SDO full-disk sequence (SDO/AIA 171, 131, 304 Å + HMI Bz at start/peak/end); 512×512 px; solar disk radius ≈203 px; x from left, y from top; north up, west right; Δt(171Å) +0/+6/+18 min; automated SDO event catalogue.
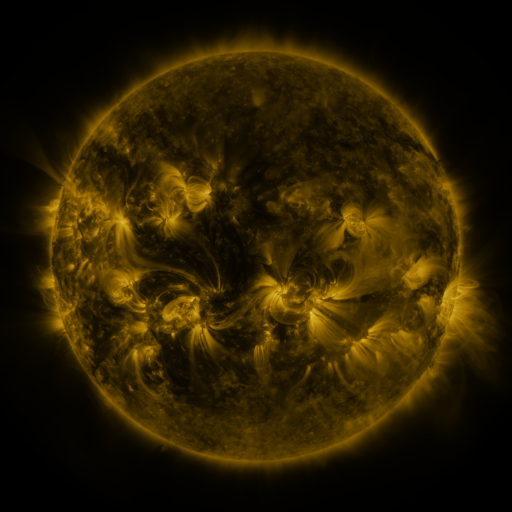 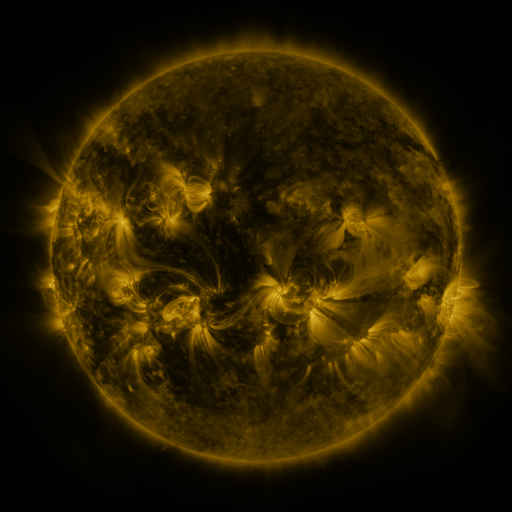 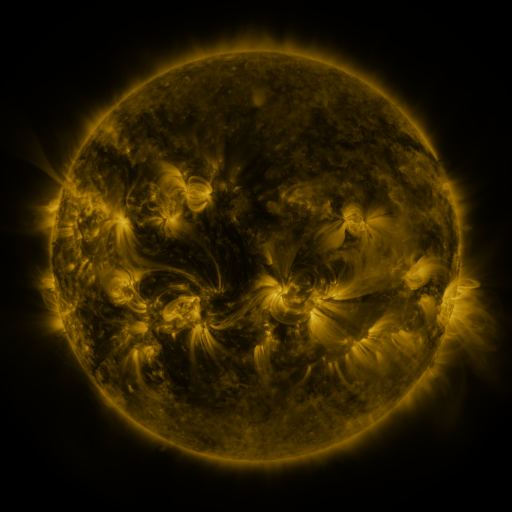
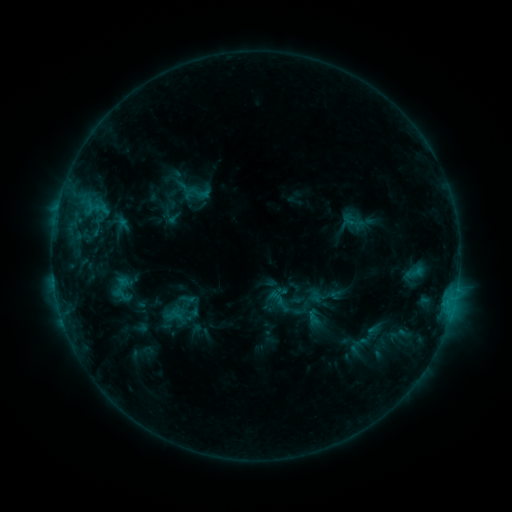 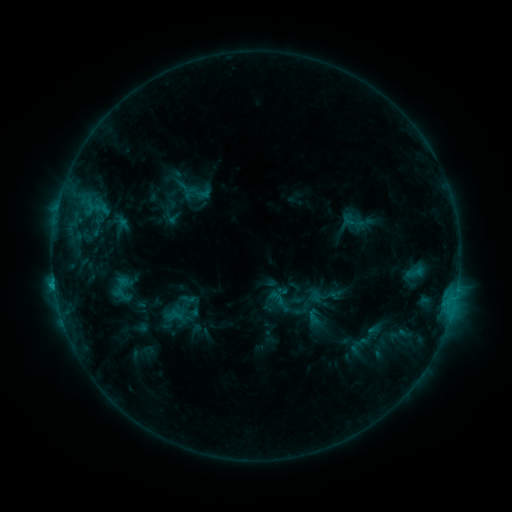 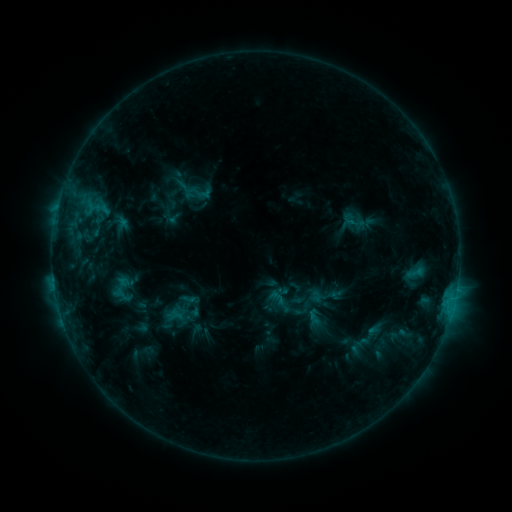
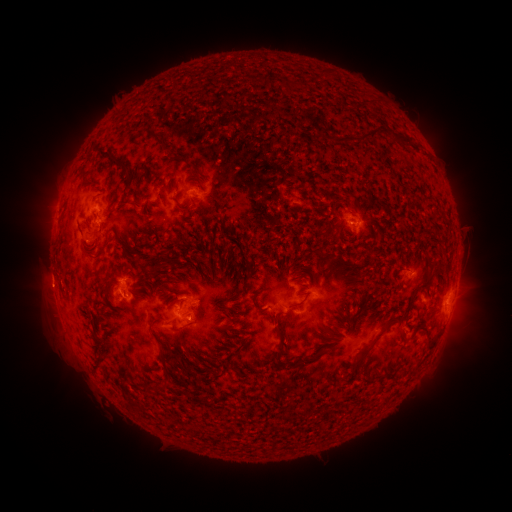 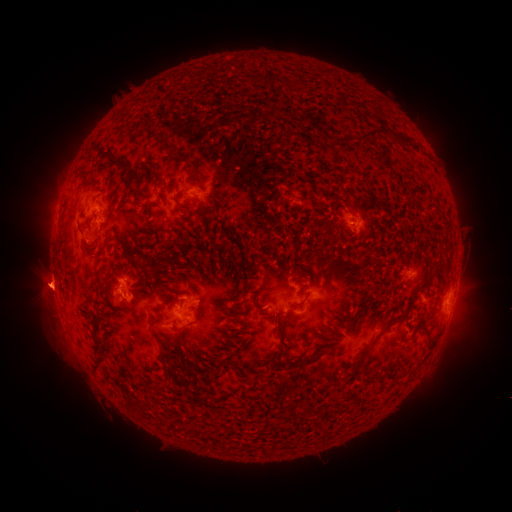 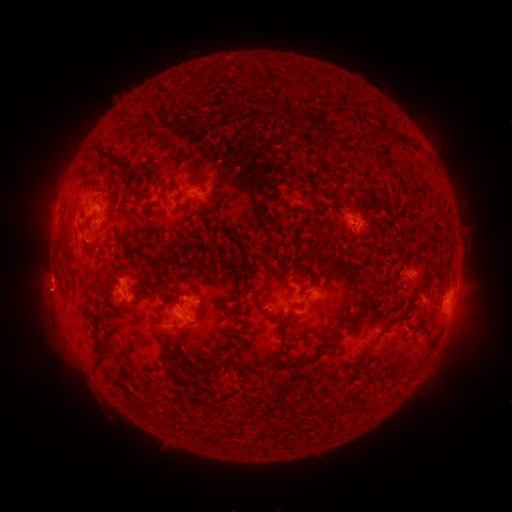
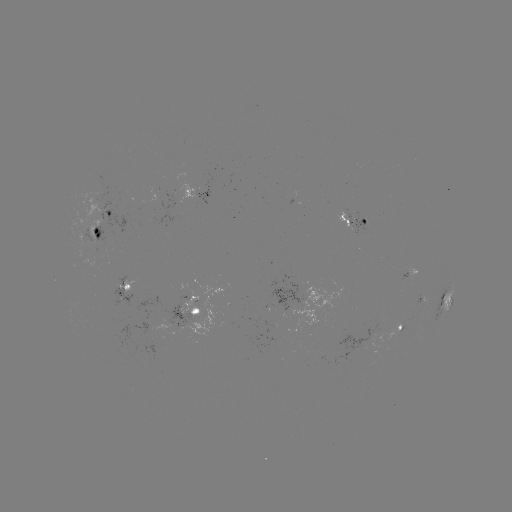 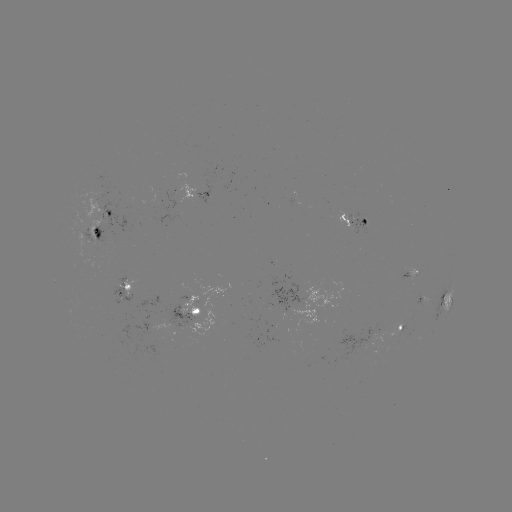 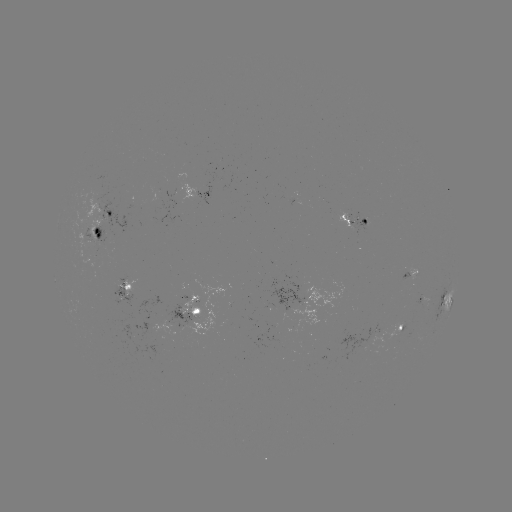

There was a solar eruption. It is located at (46, 289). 